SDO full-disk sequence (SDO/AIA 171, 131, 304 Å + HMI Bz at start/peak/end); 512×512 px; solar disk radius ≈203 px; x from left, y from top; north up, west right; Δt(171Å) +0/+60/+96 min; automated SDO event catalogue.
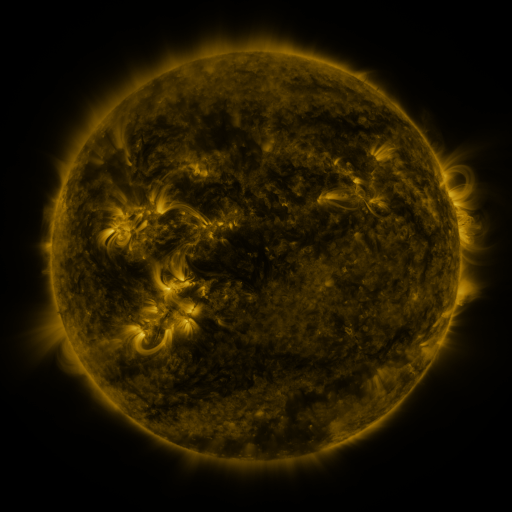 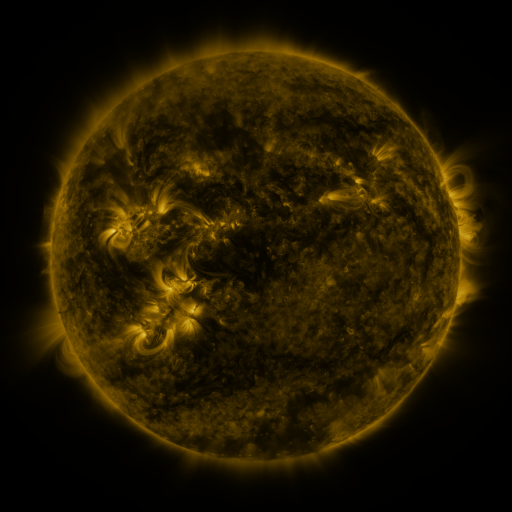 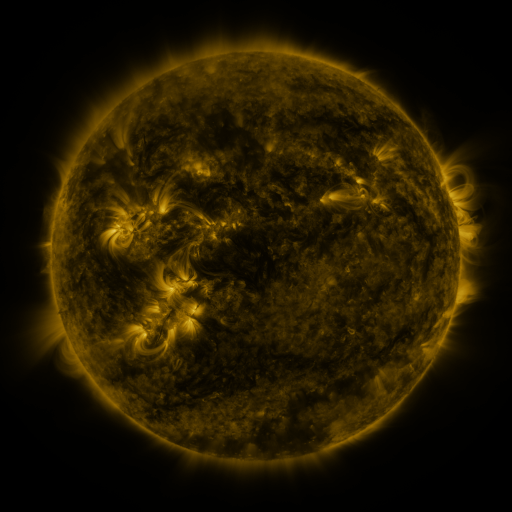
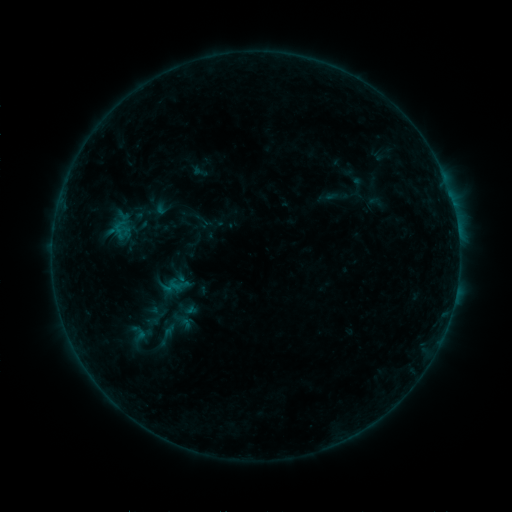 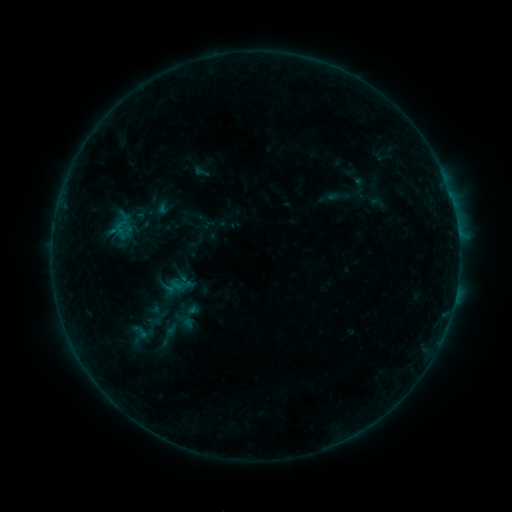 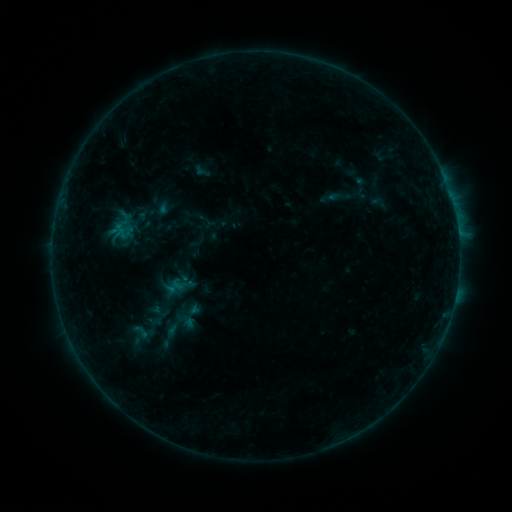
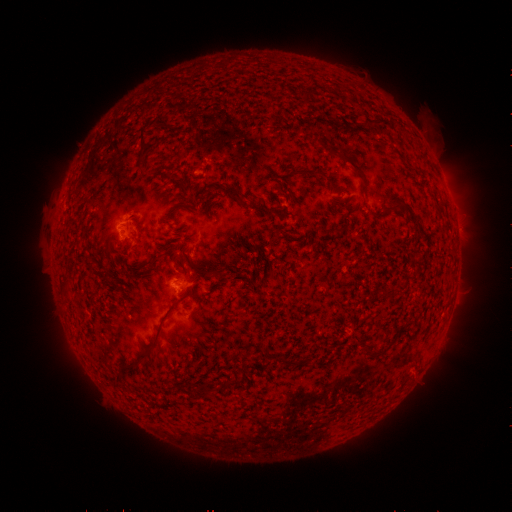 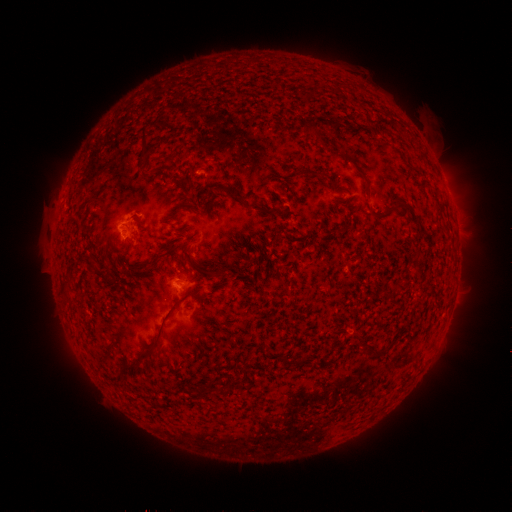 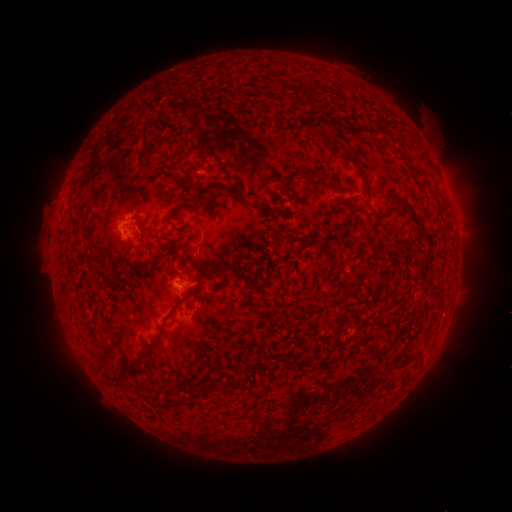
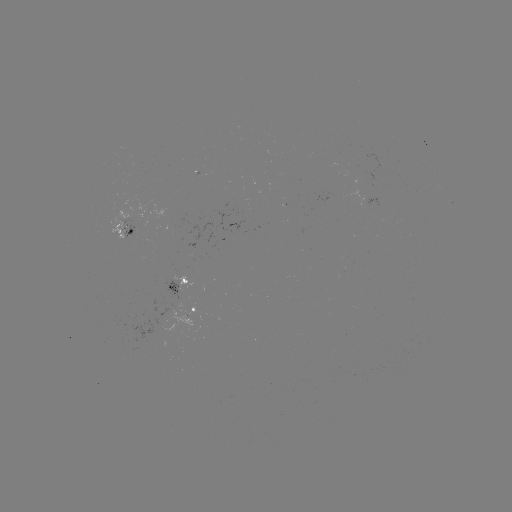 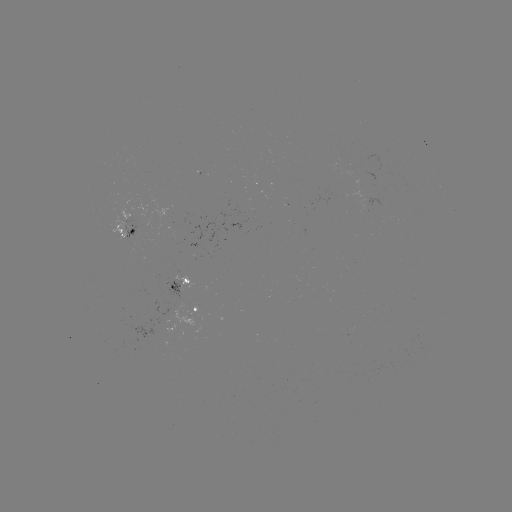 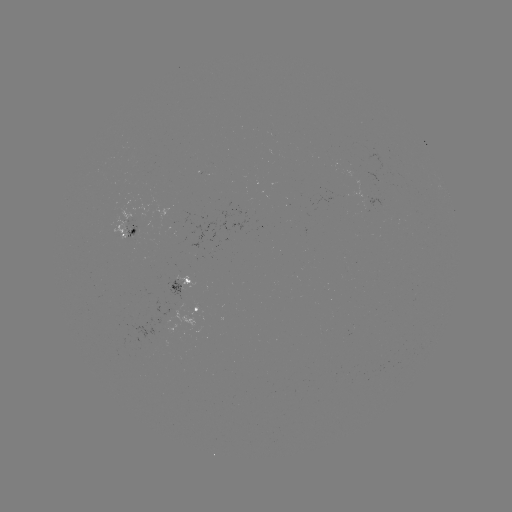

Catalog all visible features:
emerging-flux region: (179, 309)
